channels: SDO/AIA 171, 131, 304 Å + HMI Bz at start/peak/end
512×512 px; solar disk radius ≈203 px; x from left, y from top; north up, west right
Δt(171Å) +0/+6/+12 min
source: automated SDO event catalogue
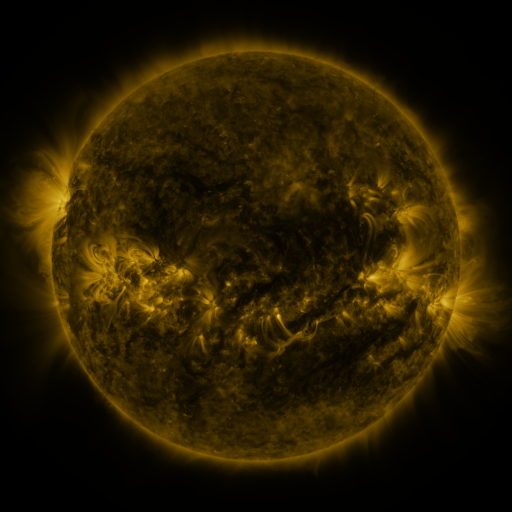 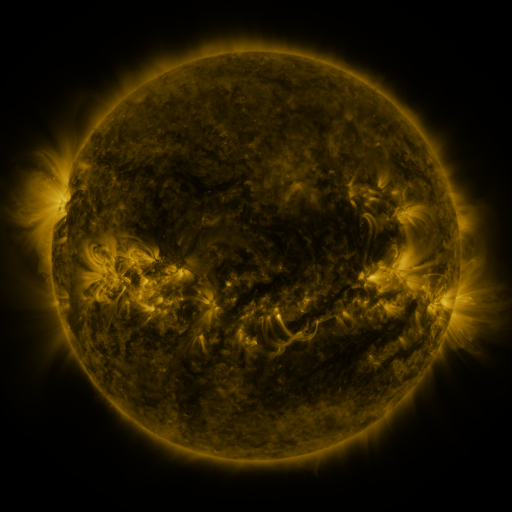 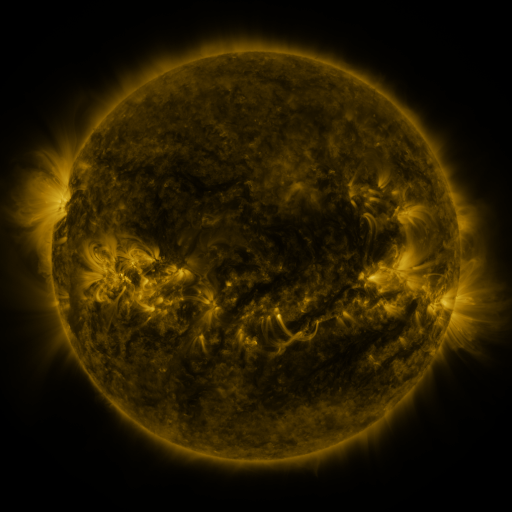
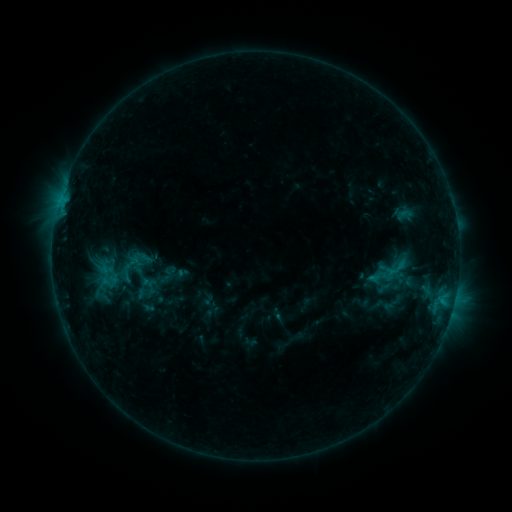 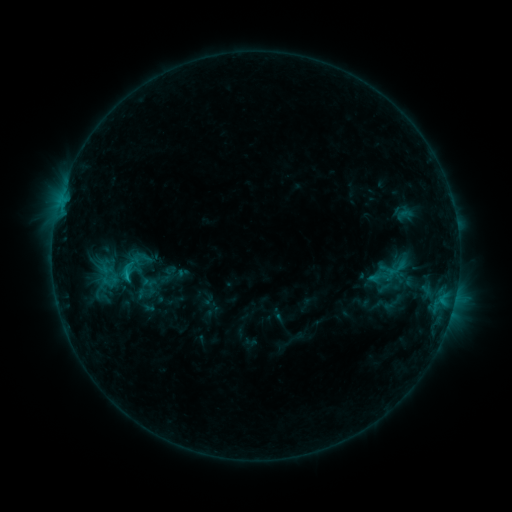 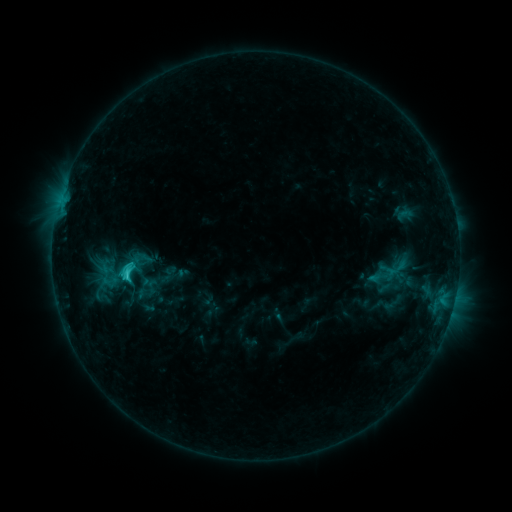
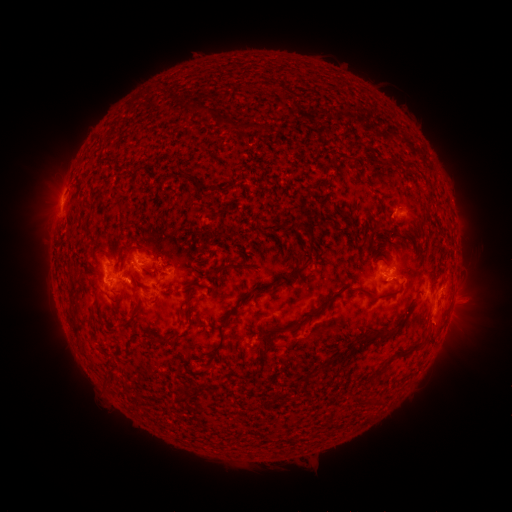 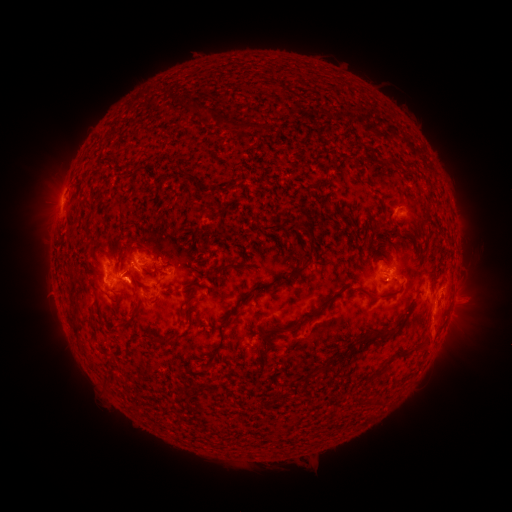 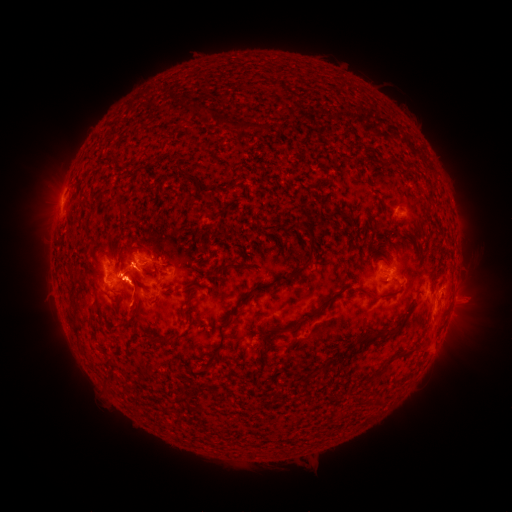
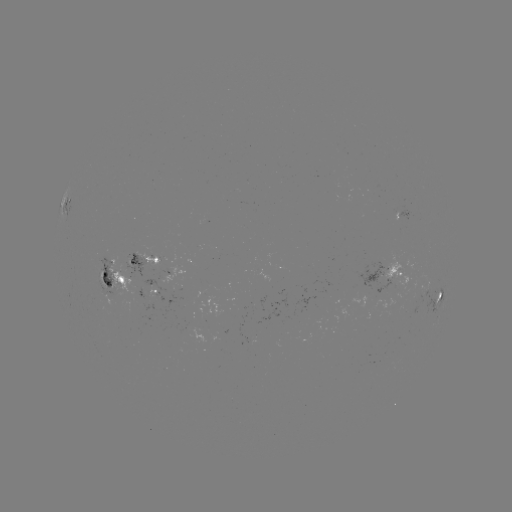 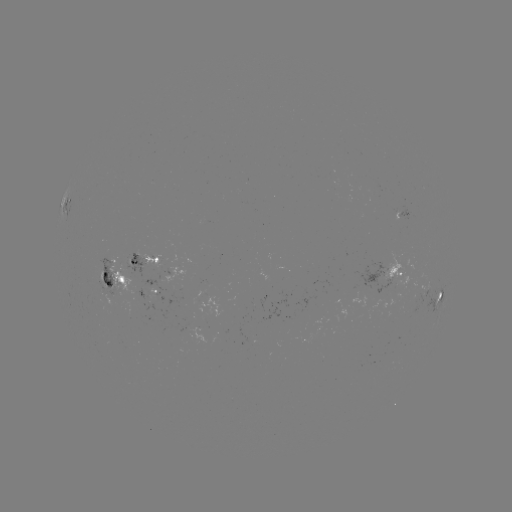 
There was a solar eruption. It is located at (436, 335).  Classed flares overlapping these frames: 1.